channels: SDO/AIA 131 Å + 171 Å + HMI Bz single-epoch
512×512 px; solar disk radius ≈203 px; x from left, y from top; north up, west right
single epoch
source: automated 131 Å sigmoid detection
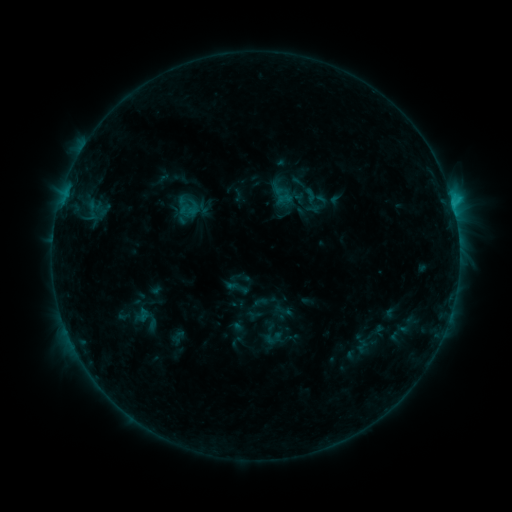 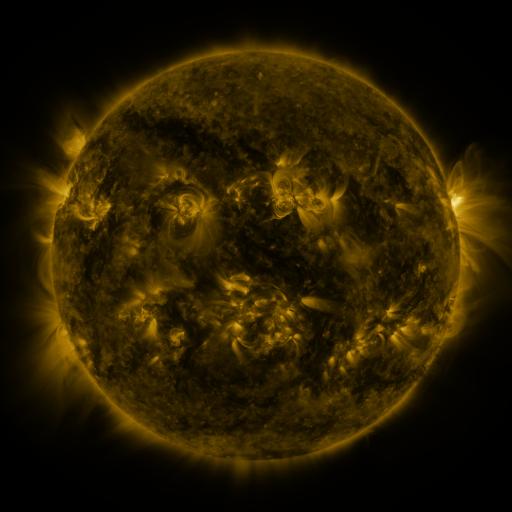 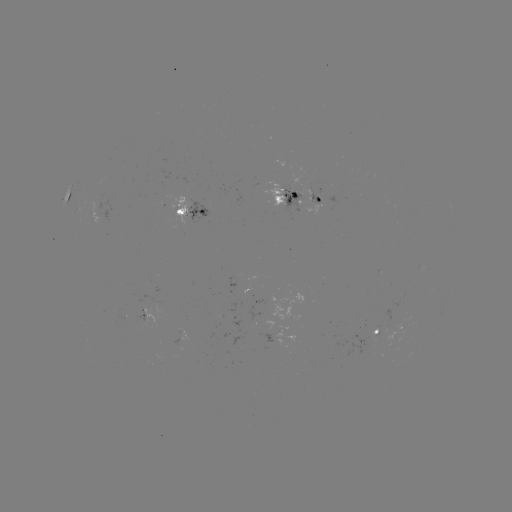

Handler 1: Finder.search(sigmoid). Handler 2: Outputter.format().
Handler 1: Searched sigmoid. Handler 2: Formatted [310, 196].